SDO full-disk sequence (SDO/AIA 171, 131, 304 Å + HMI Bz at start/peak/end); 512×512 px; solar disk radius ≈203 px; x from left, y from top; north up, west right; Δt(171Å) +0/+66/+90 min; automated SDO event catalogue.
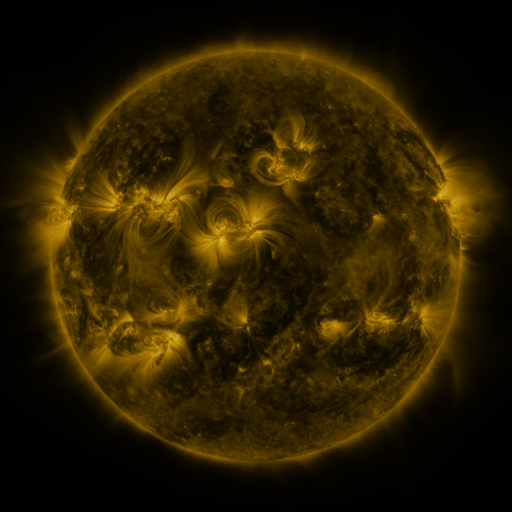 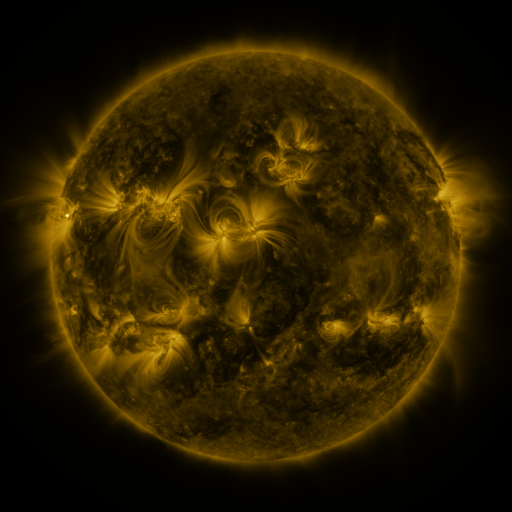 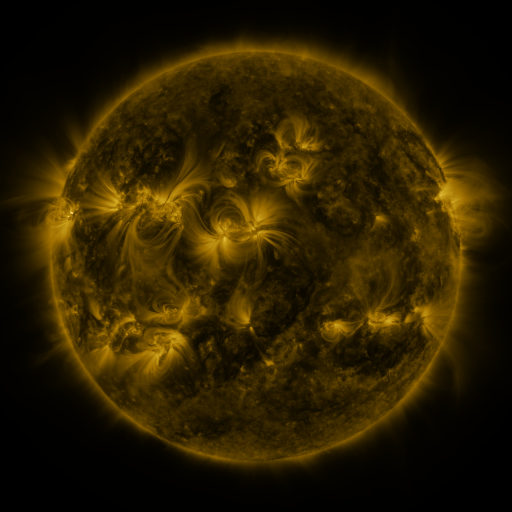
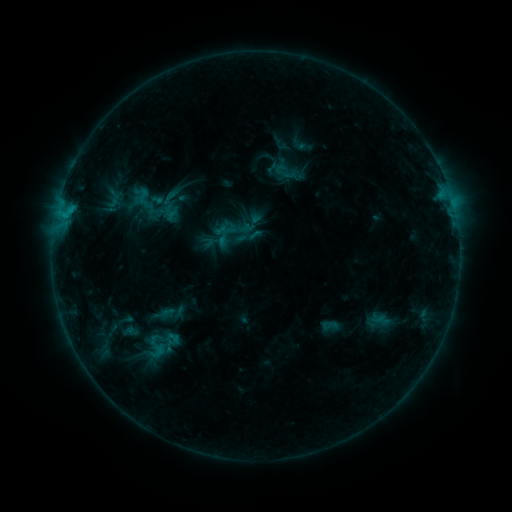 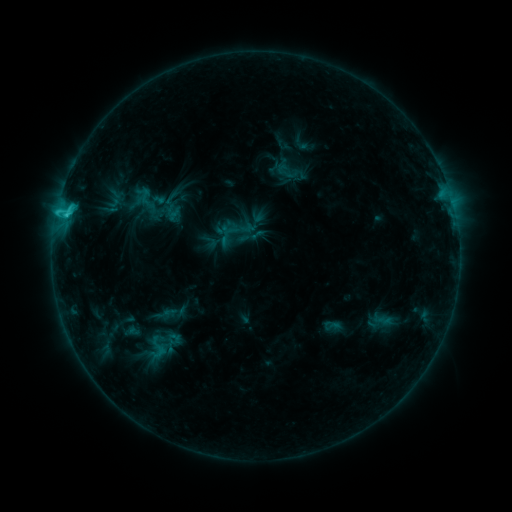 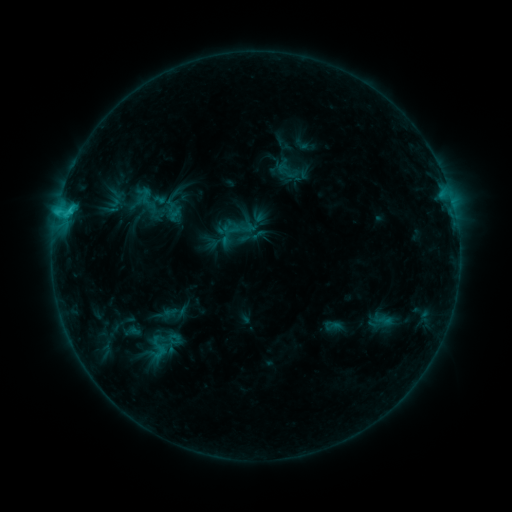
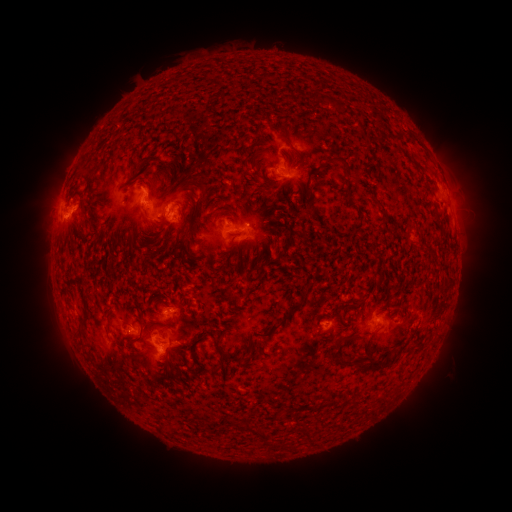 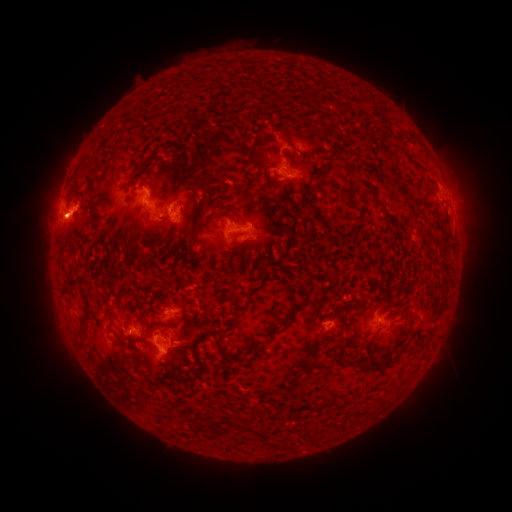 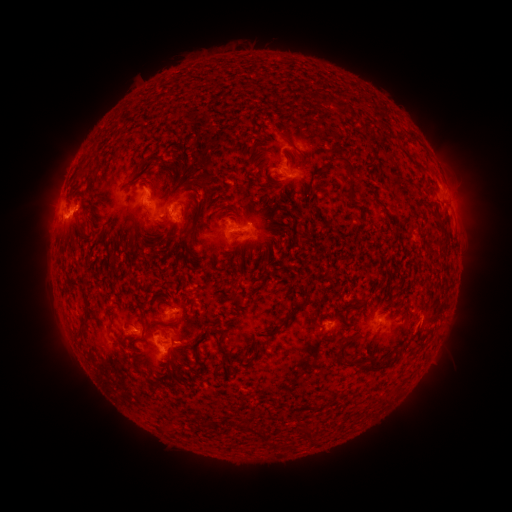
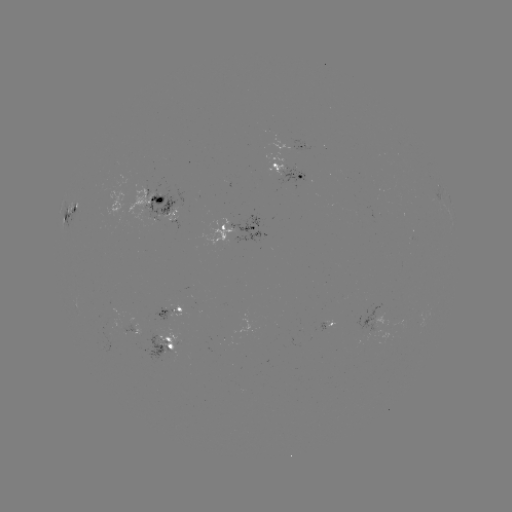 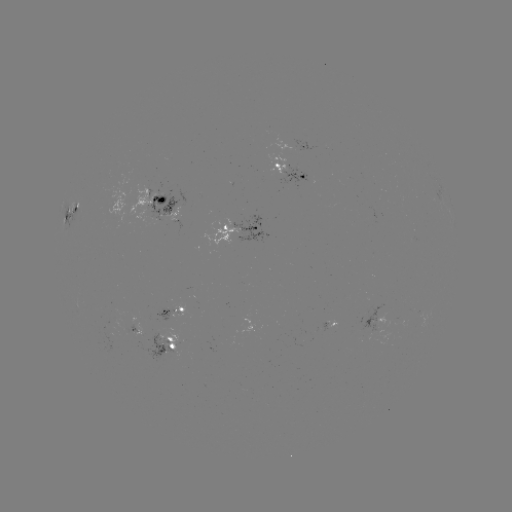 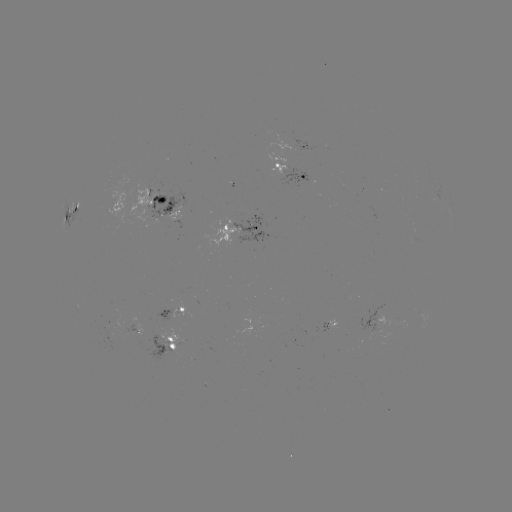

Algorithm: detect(C2.0 flare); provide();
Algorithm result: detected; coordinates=(67, 217)